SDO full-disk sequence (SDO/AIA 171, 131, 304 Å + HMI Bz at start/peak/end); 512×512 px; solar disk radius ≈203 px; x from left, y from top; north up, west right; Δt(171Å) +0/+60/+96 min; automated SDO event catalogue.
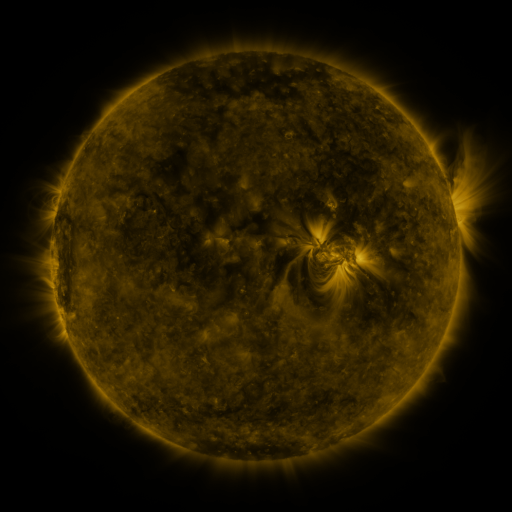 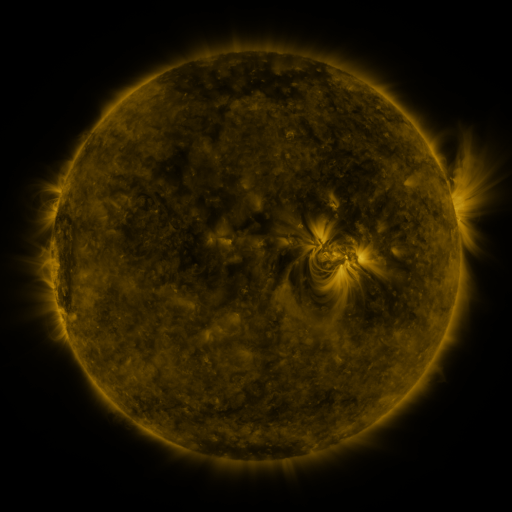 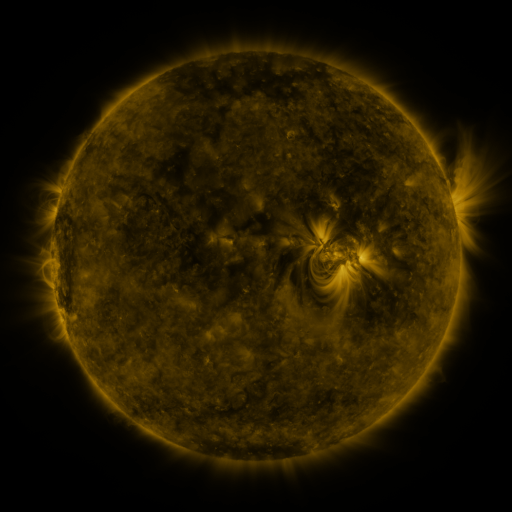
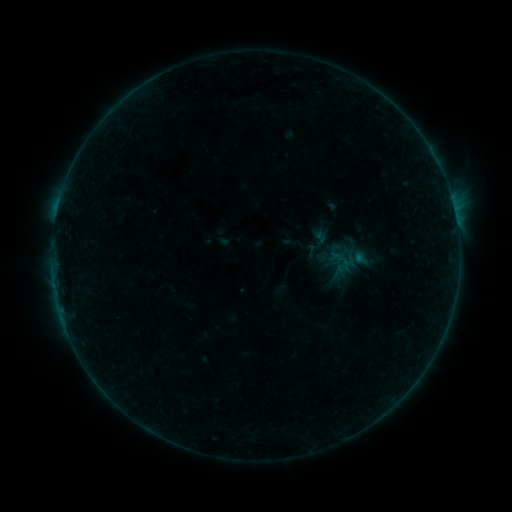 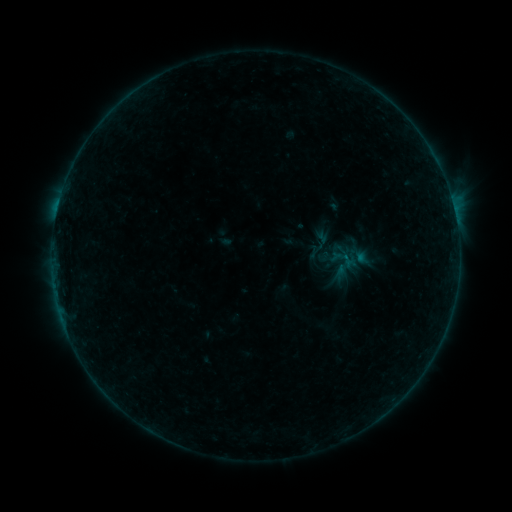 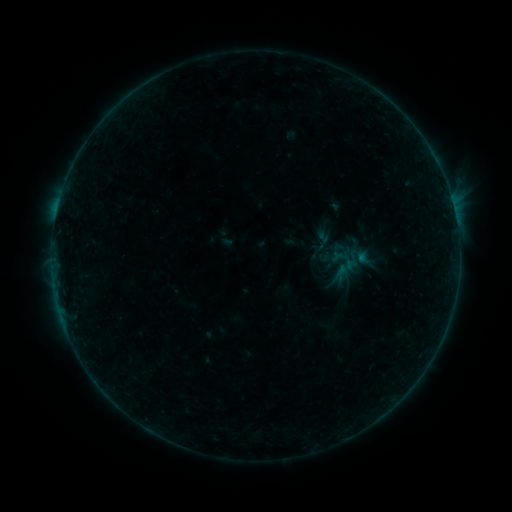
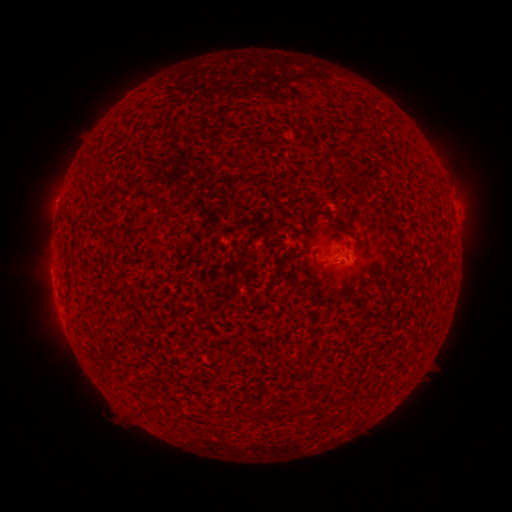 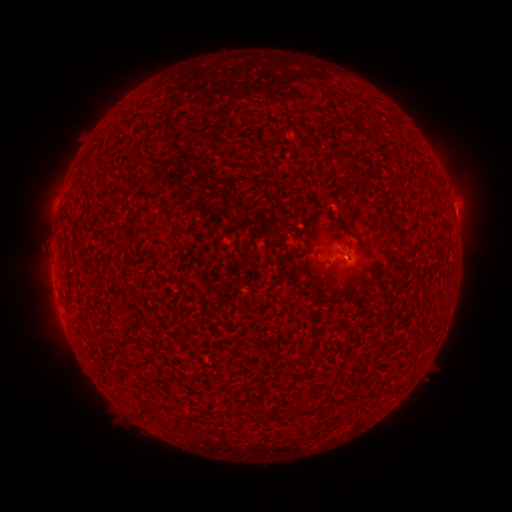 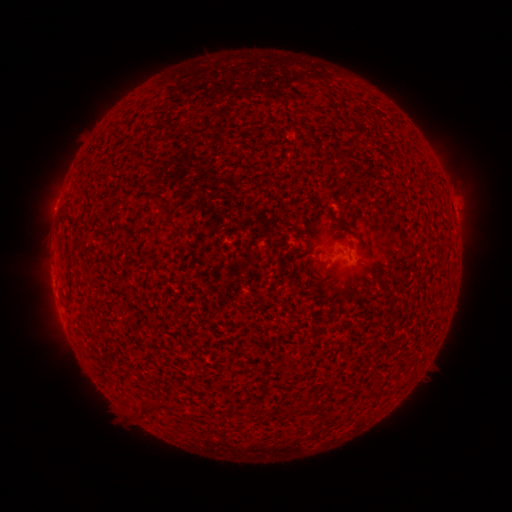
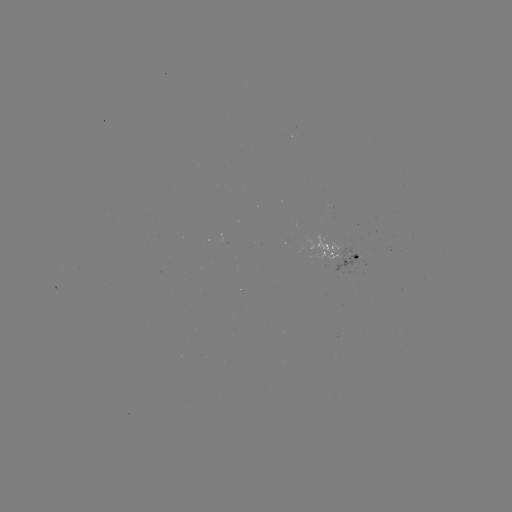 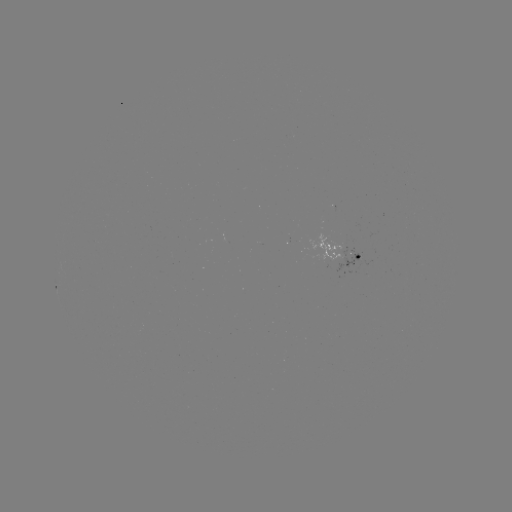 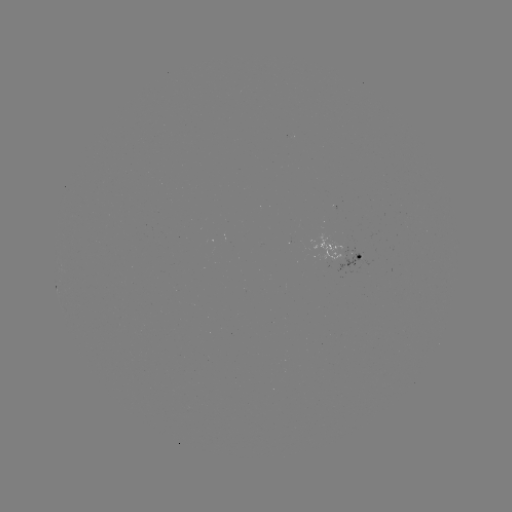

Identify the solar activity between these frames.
emerging-flux region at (356, 258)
